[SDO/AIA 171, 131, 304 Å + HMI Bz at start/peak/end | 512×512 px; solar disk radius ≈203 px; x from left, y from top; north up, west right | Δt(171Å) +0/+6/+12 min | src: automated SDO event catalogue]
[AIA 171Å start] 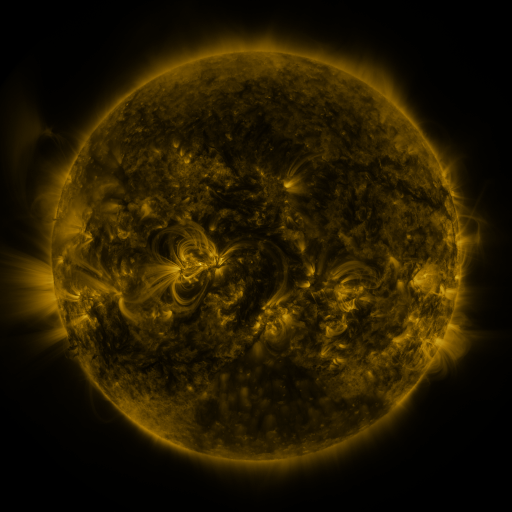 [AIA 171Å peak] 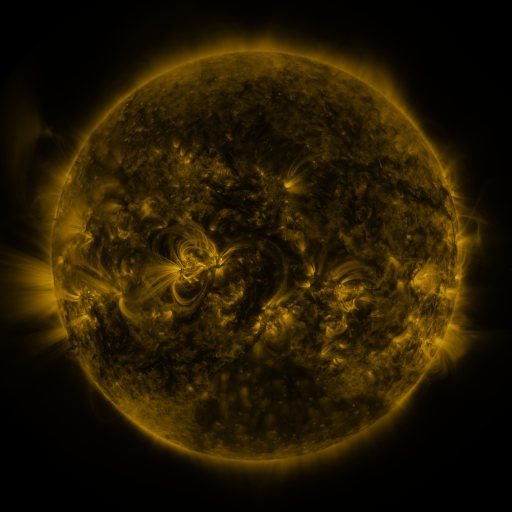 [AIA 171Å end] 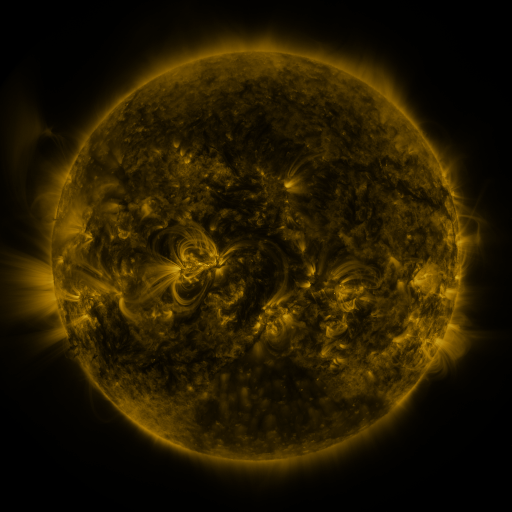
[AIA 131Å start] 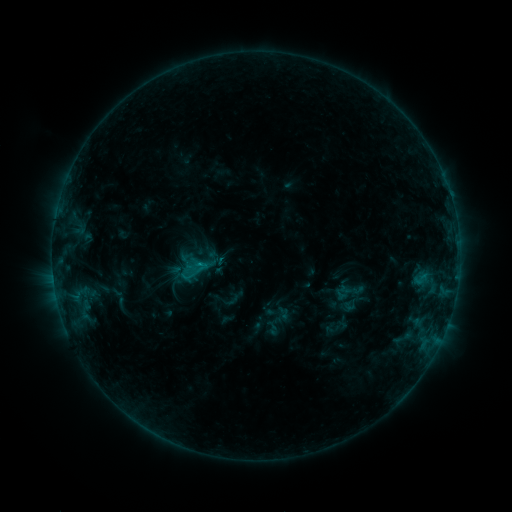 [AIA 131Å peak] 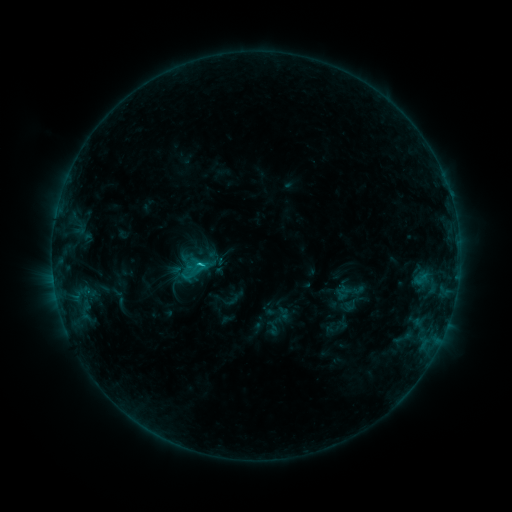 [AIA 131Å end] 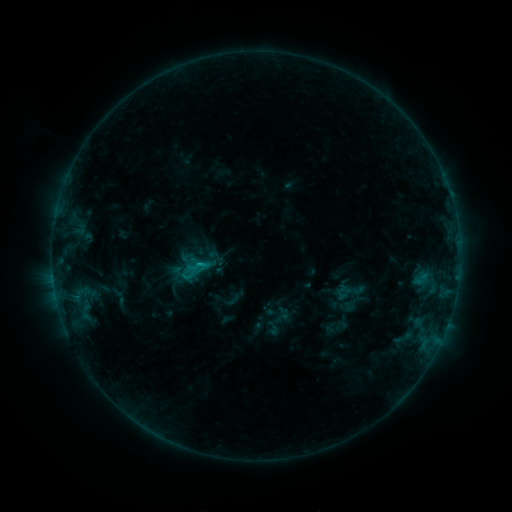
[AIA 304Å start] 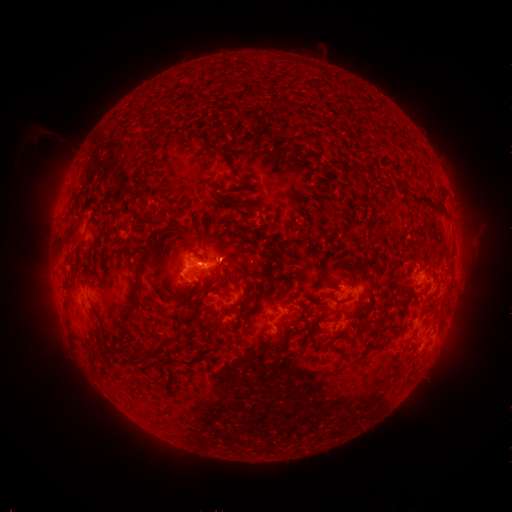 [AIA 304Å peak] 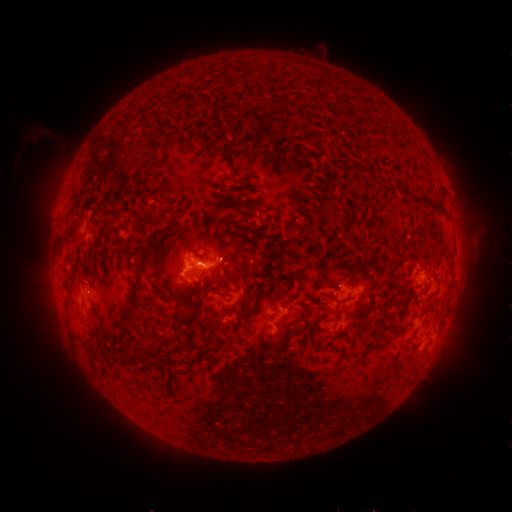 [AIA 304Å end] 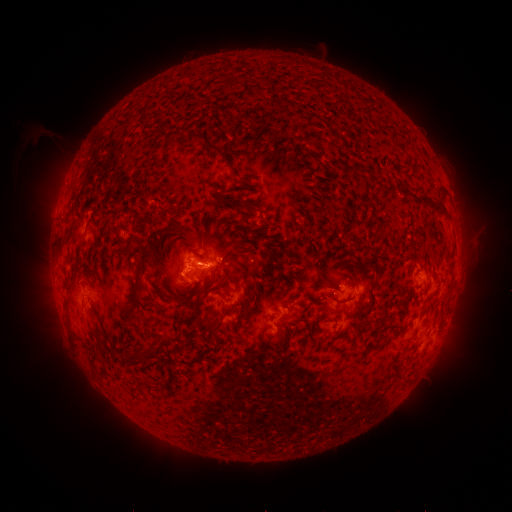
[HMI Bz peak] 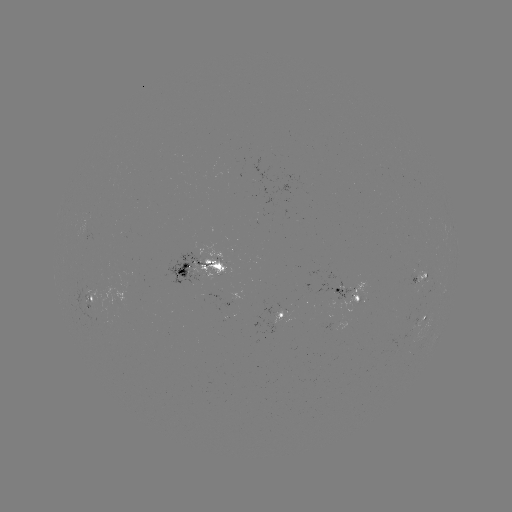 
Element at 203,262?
C1.8 flare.